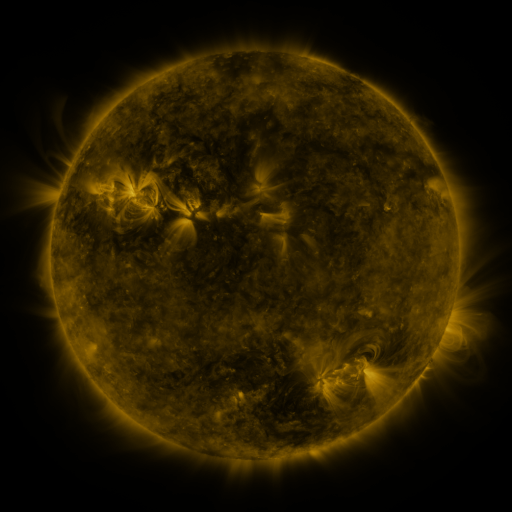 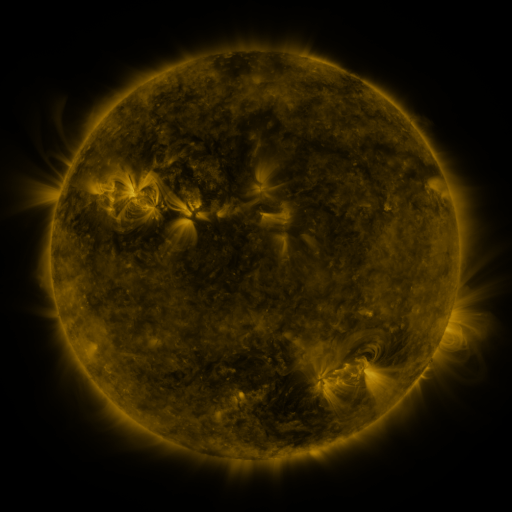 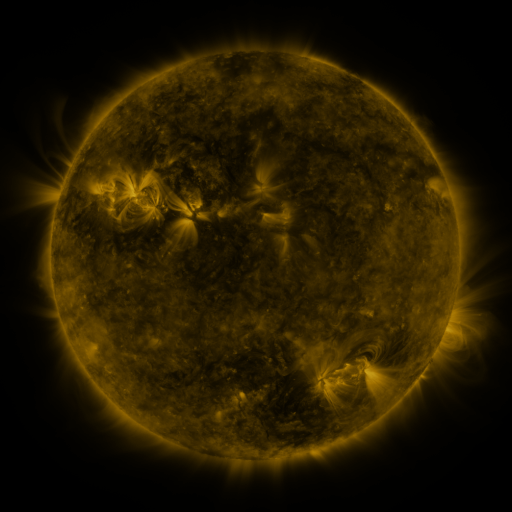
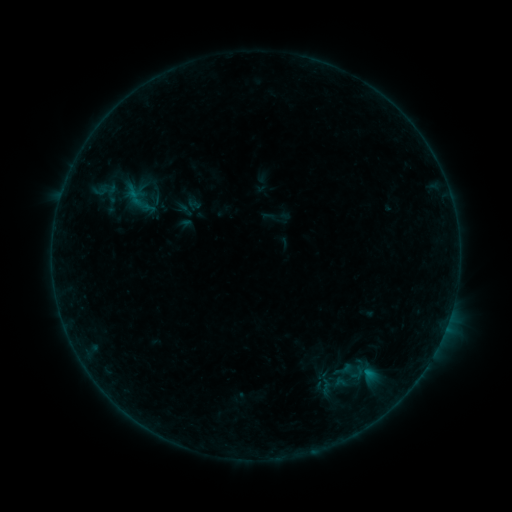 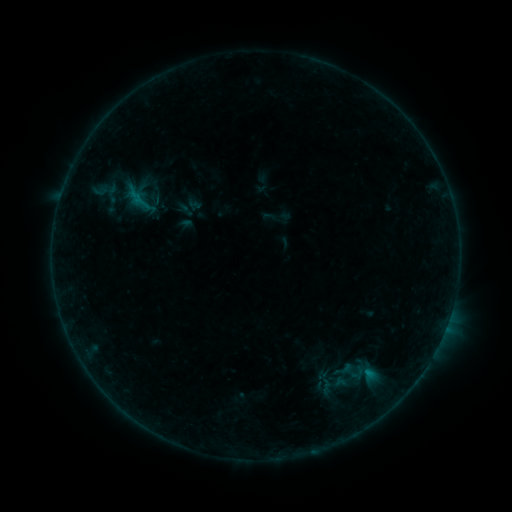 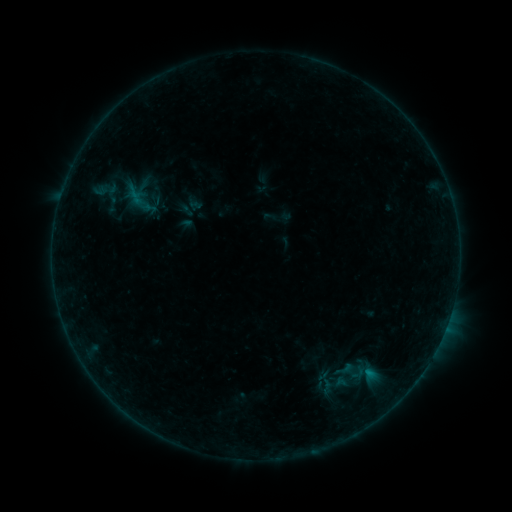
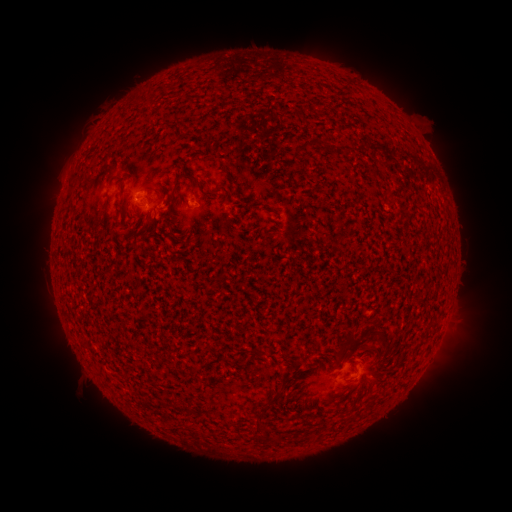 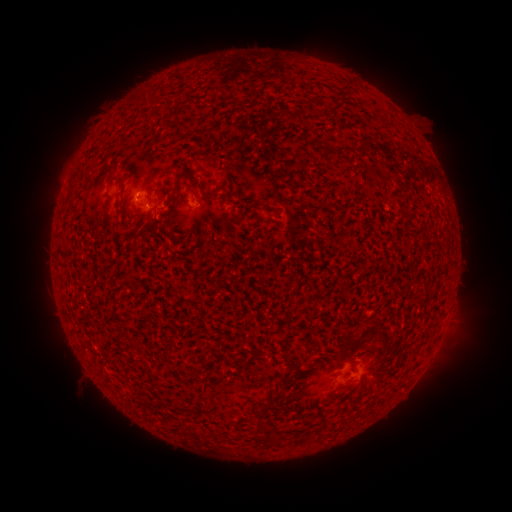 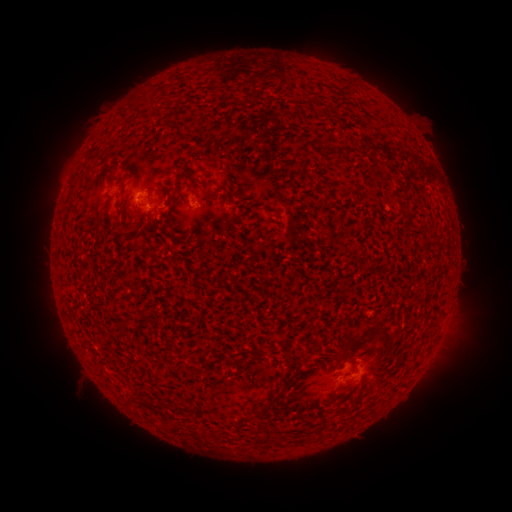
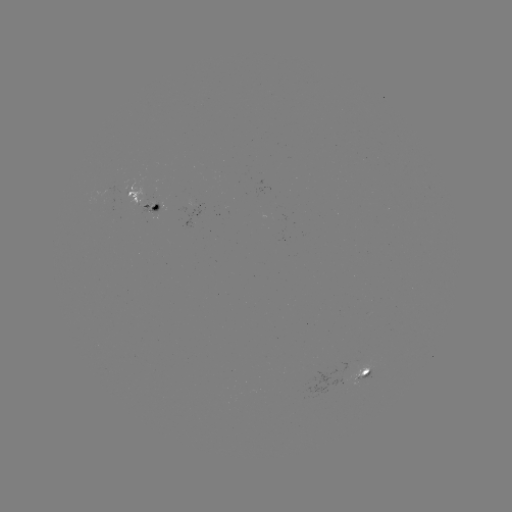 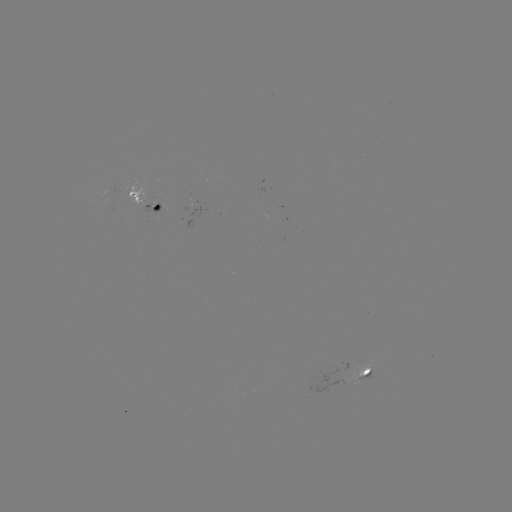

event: flare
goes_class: B2.8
